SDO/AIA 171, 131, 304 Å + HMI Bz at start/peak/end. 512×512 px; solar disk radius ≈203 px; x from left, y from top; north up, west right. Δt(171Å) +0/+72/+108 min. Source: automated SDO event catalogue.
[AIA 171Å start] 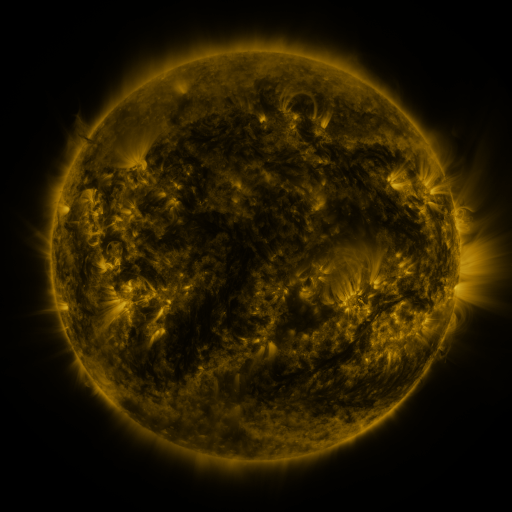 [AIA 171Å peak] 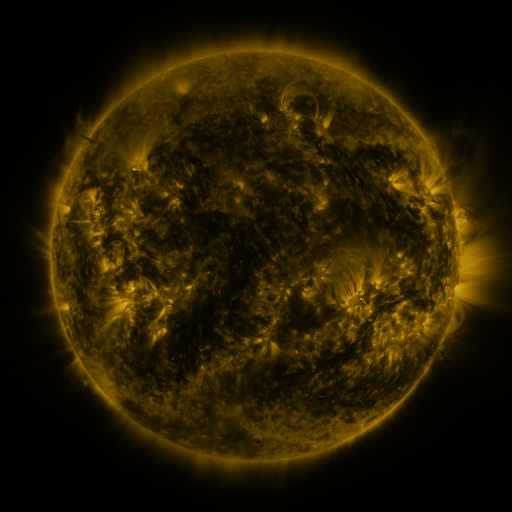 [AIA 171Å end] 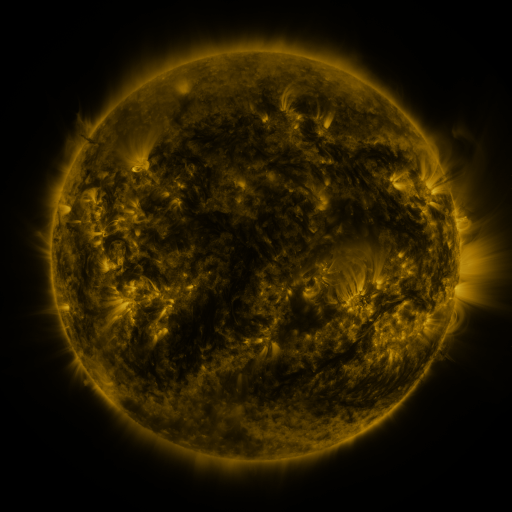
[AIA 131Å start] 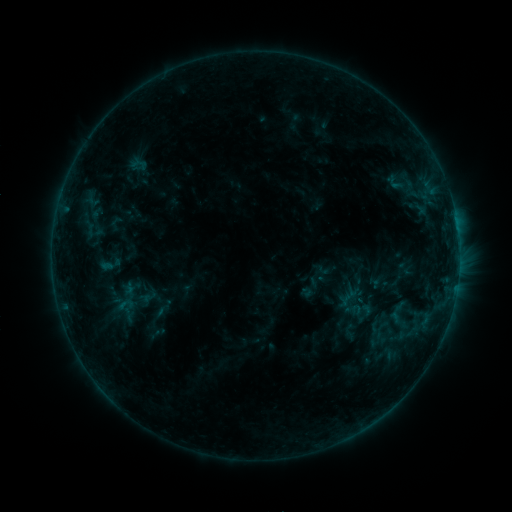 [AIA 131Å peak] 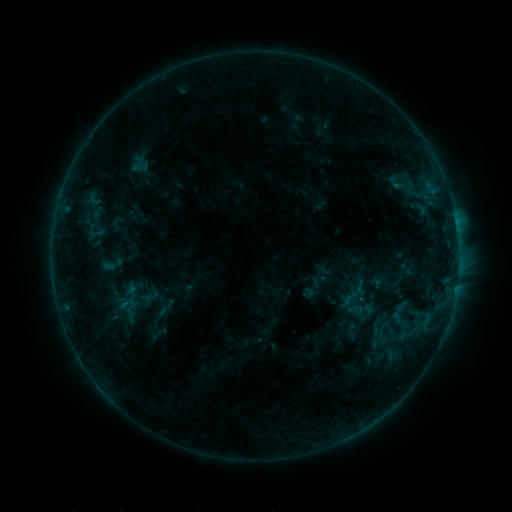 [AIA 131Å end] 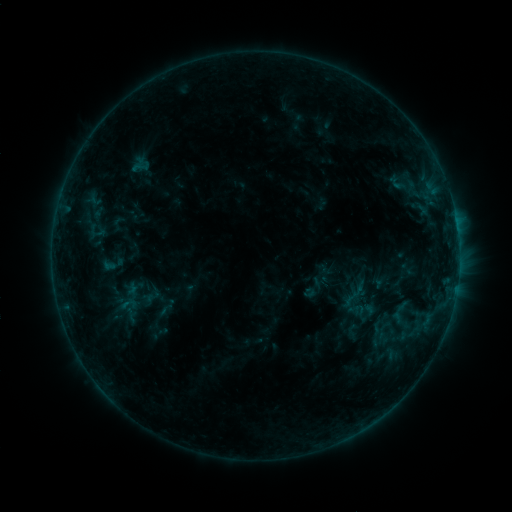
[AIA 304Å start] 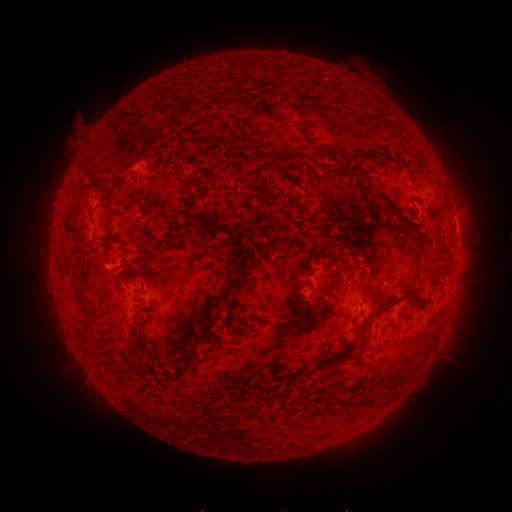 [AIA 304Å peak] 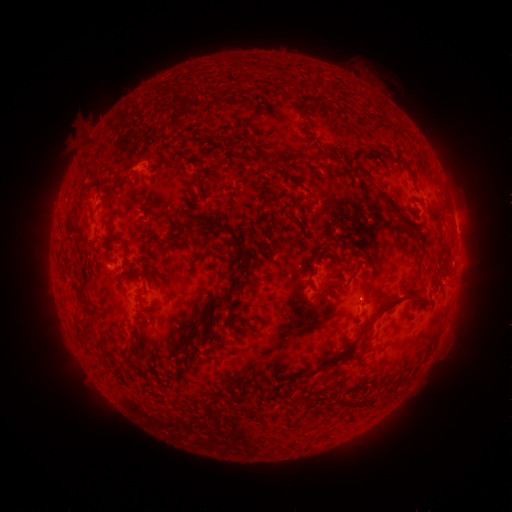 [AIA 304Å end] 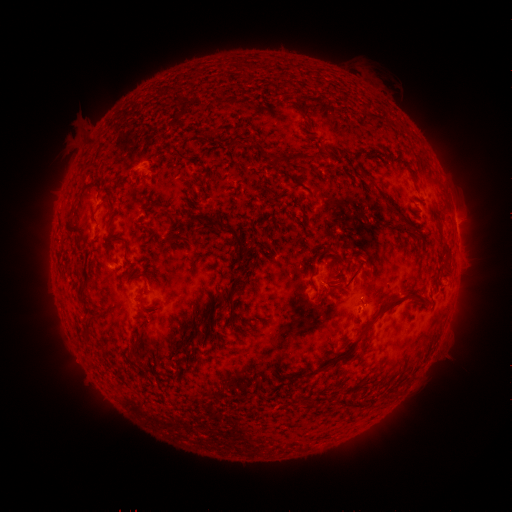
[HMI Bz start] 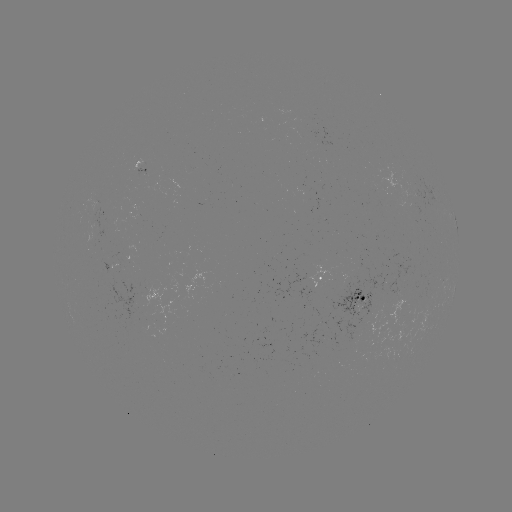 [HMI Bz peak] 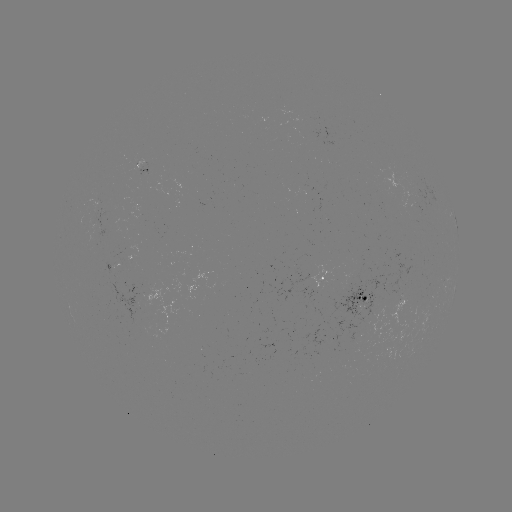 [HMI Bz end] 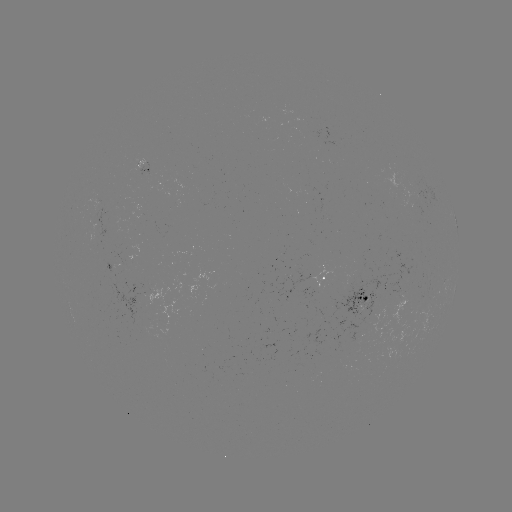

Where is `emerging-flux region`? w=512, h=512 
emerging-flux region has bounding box [387, 279, 399, 295].